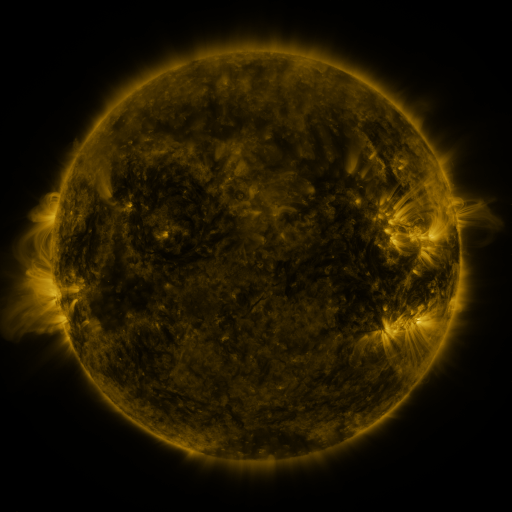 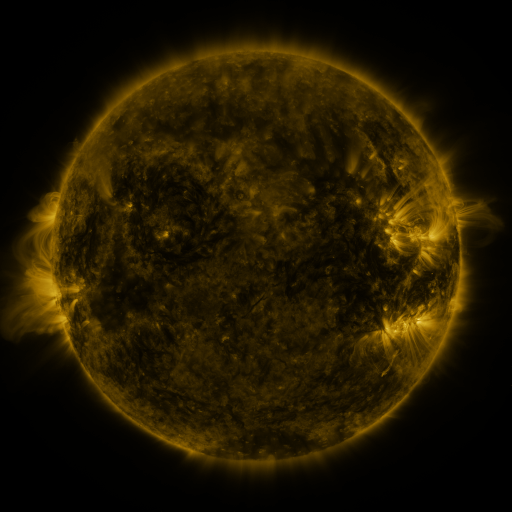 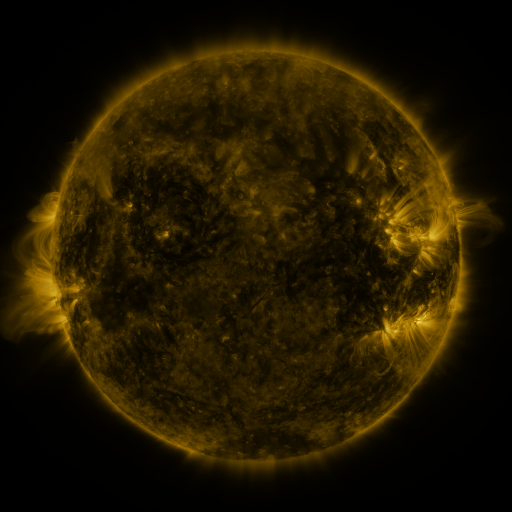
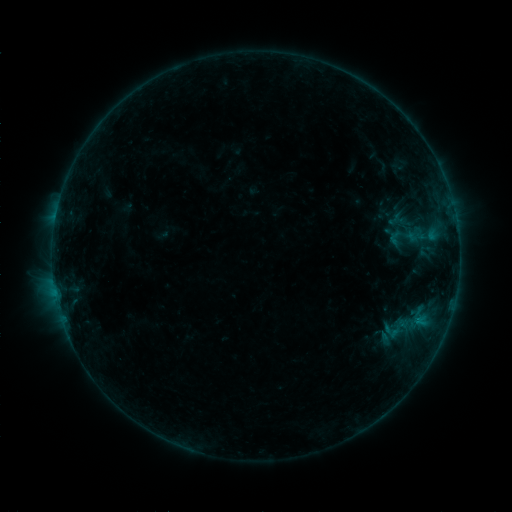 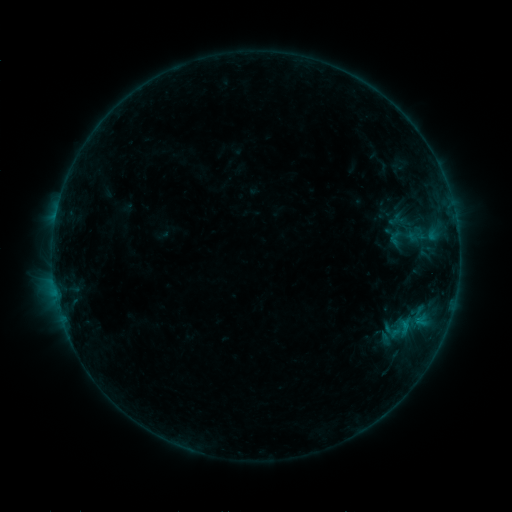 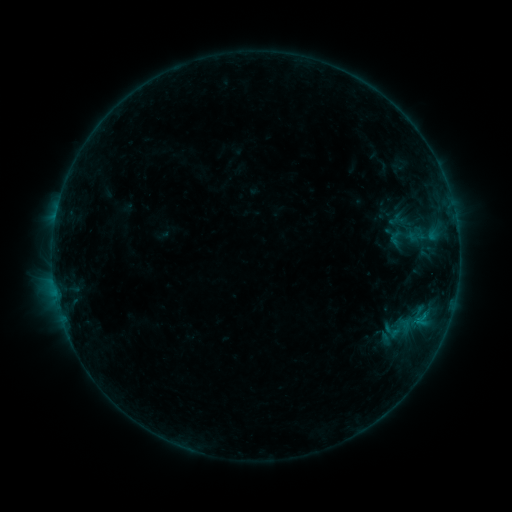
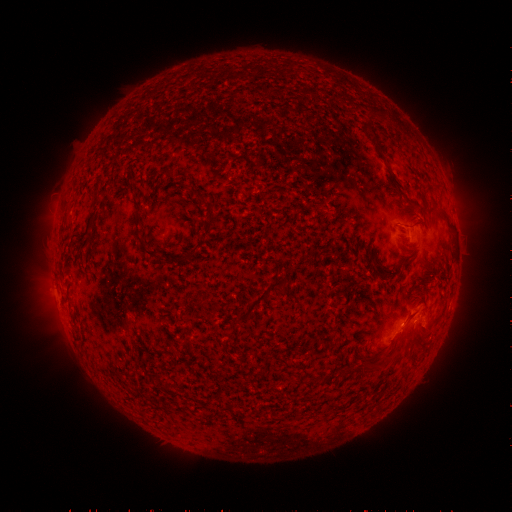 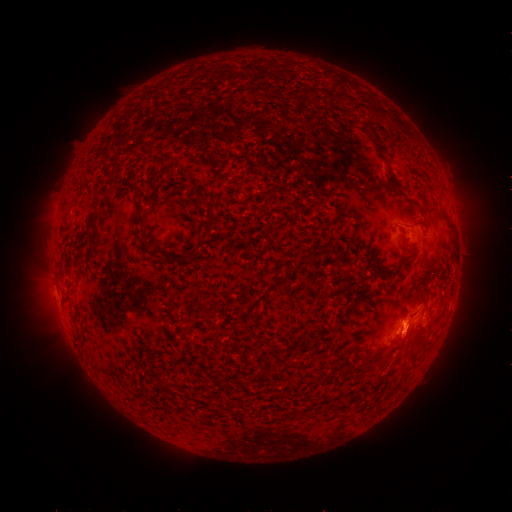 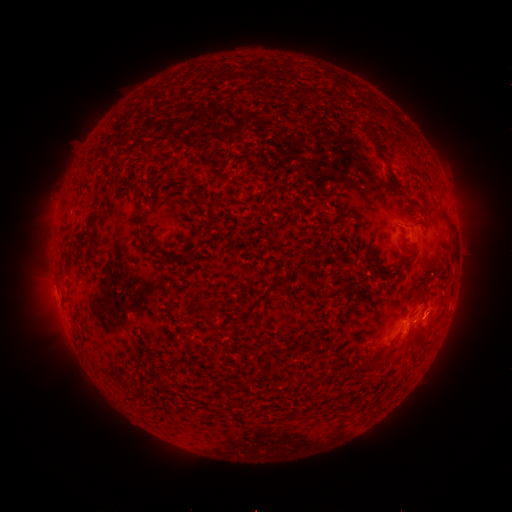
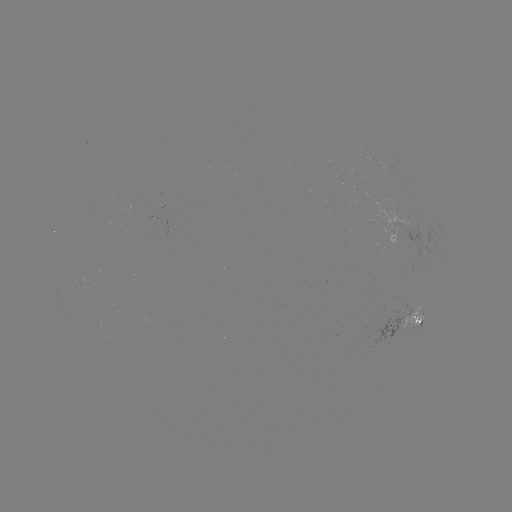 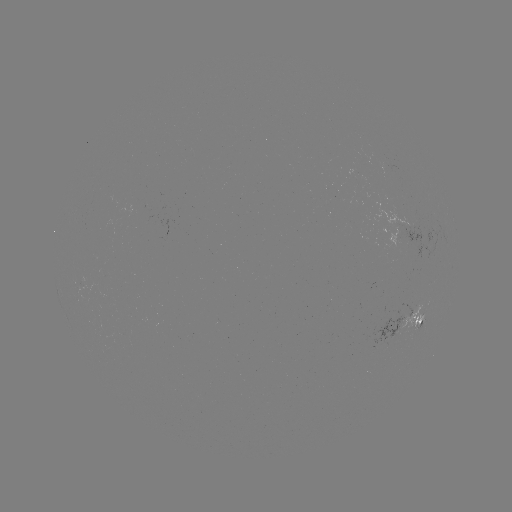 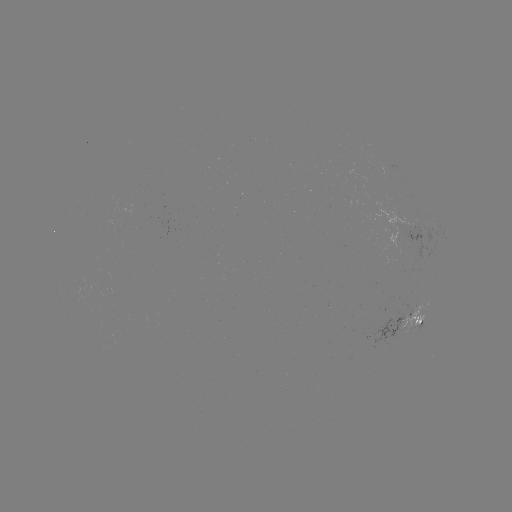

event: eruption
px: (405, 339)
